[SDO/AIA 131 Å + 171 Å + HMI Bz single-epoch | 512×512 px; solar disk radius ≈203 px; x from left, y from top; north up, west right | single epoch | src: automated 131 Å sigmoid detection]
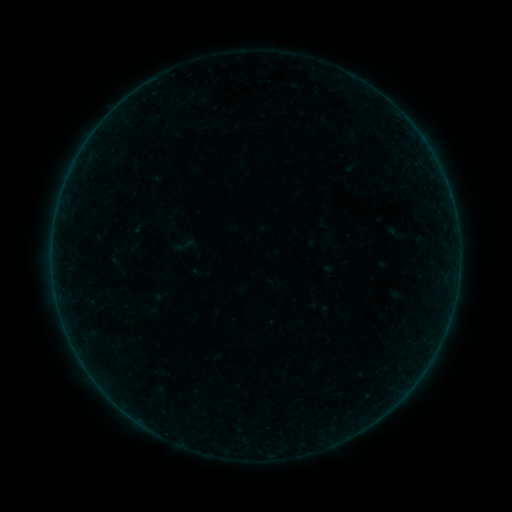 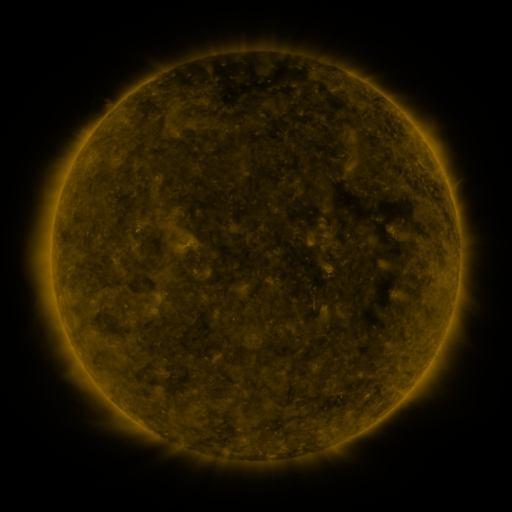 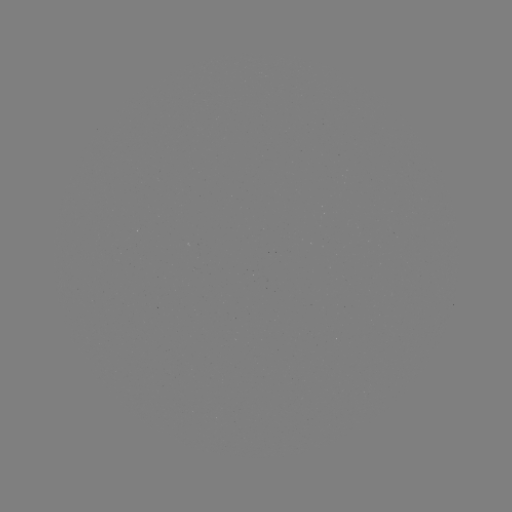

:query sigmoid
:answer (186, 245)